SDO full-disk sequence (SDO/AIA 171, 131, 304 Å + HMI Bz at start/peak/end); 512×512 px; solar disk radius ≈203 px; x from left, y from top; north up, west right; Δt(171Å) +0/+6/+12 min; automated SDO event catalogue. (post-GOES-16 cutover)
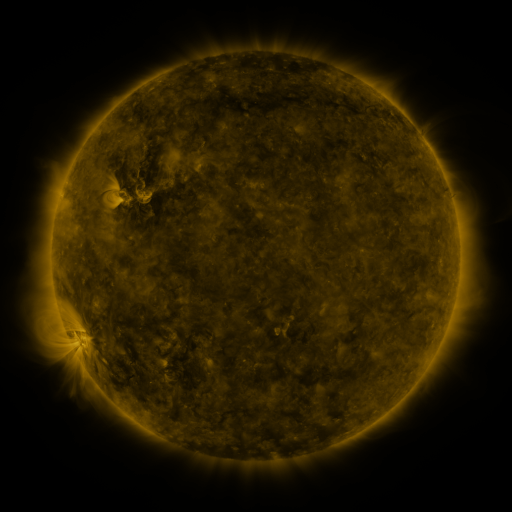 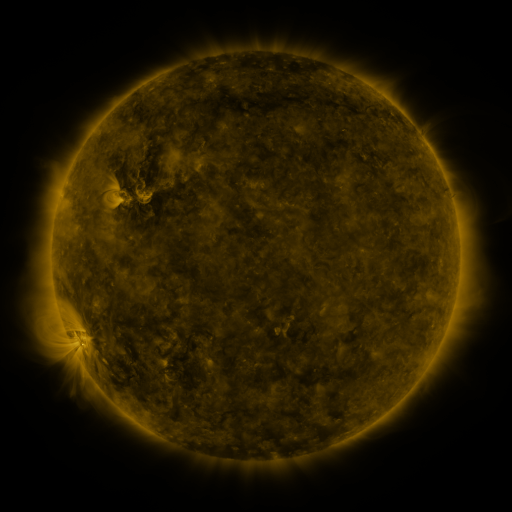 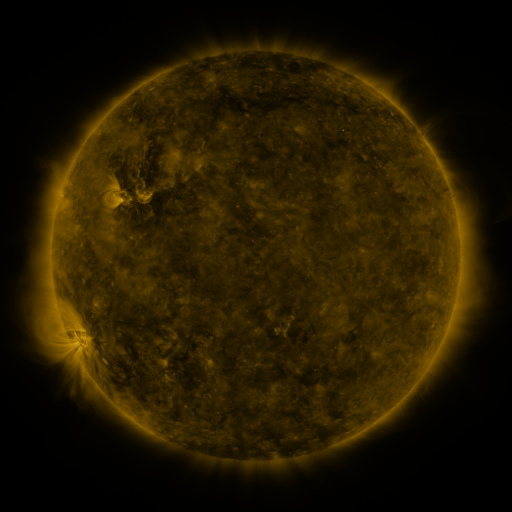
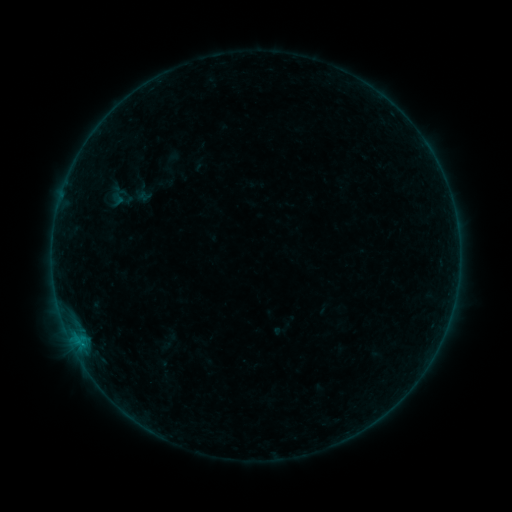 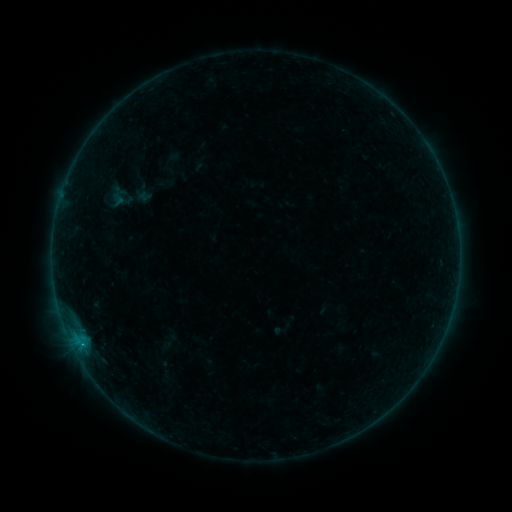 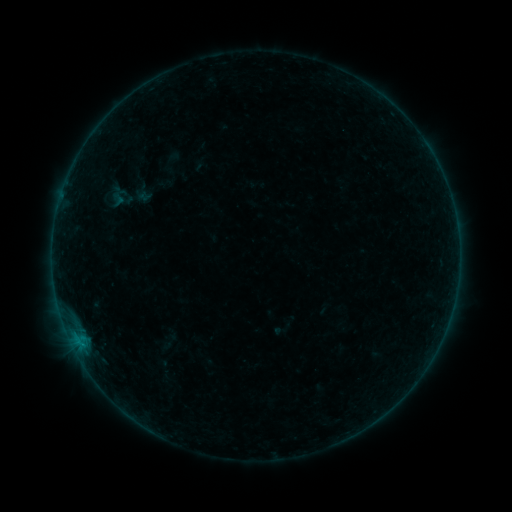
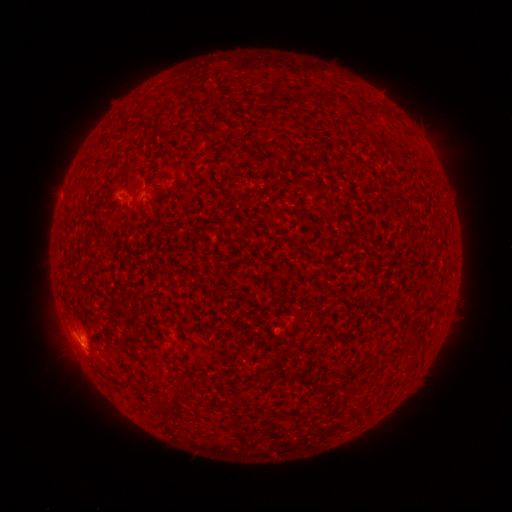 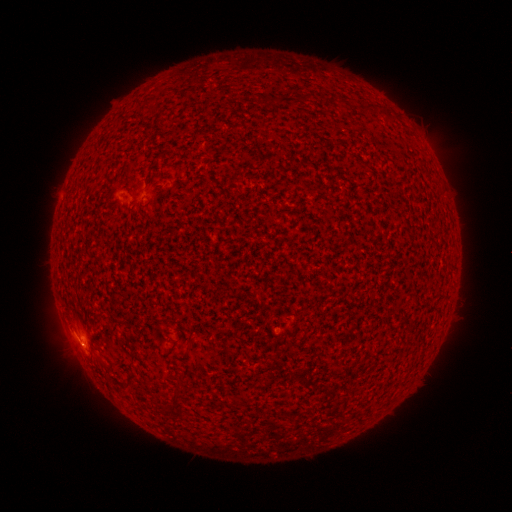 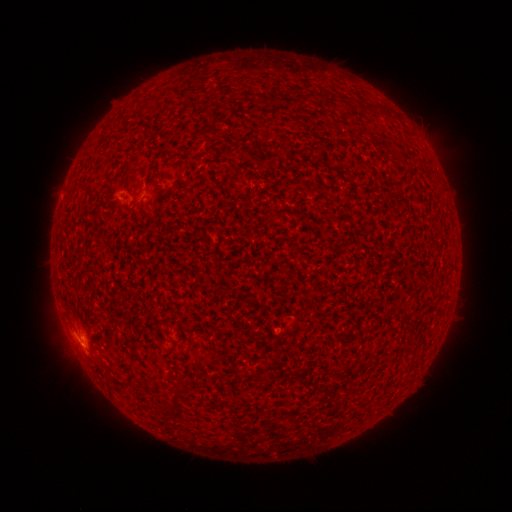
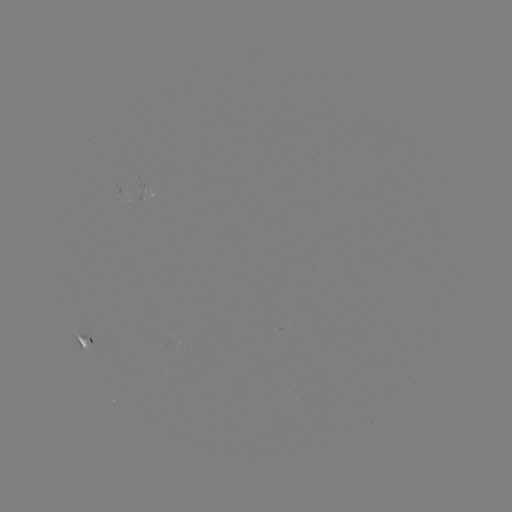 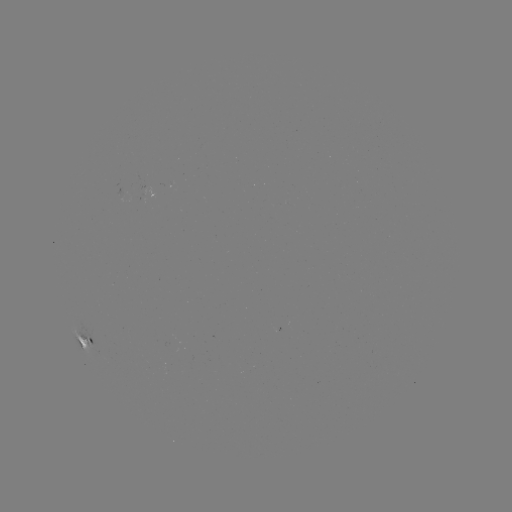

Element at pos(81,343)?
B3.9 flare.